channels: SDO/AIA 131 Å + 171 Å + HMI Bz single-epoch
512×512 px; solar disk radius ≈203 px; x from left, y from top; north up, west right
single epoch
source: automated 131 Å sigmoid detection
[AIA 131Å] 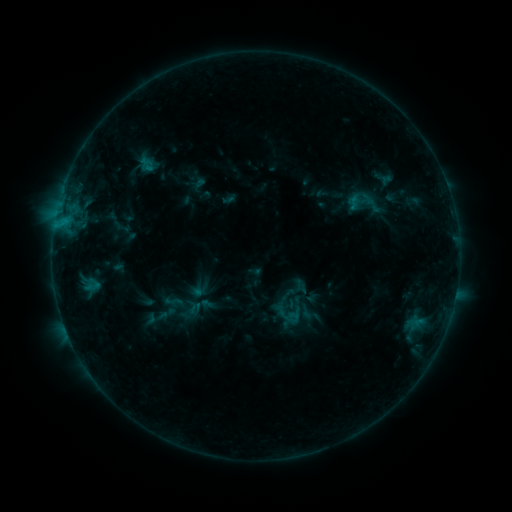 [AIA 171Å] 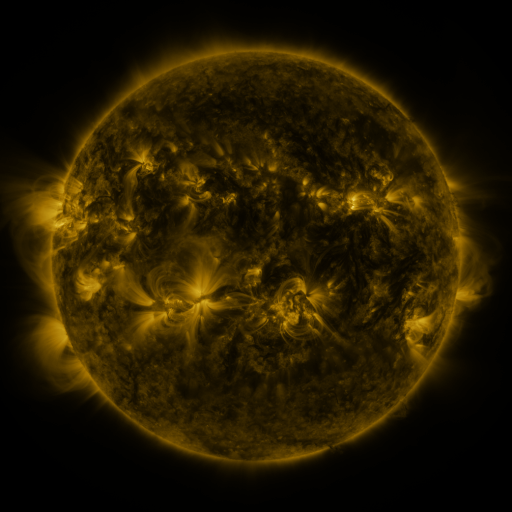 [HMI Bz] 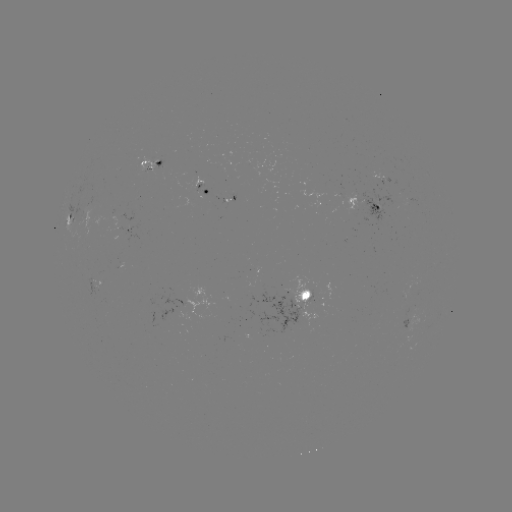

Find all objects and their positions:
sigmoid: (147, 164)
sigmoid: (366, 203)
sigmoid: (174, 301)
